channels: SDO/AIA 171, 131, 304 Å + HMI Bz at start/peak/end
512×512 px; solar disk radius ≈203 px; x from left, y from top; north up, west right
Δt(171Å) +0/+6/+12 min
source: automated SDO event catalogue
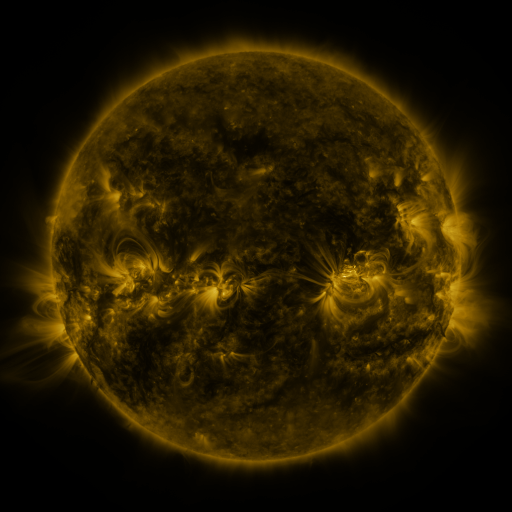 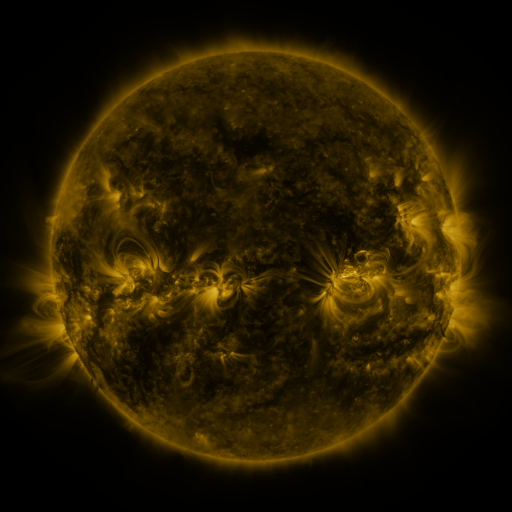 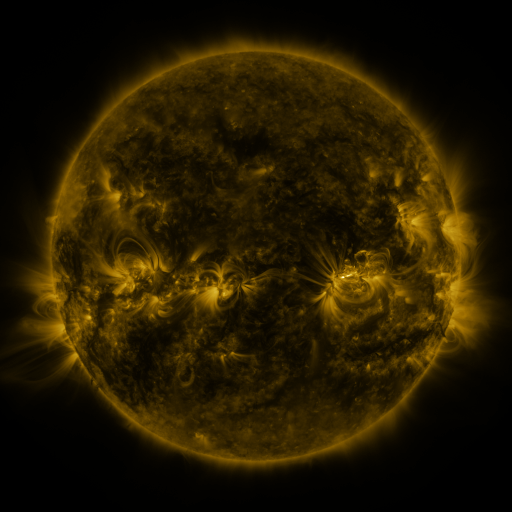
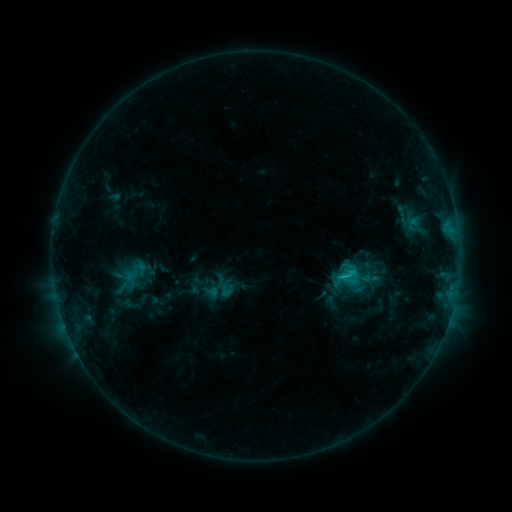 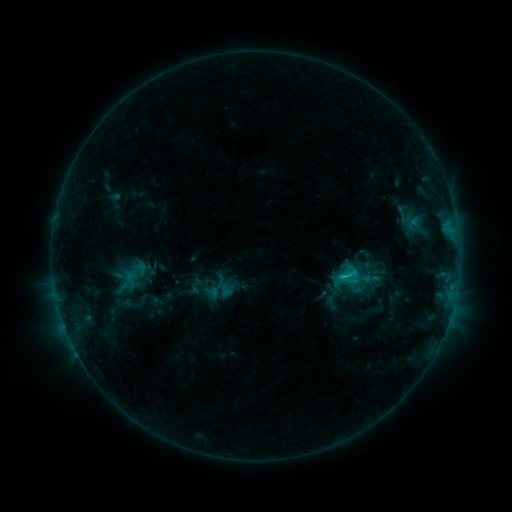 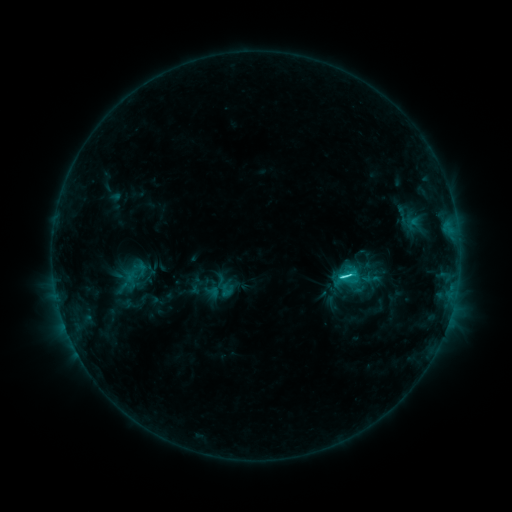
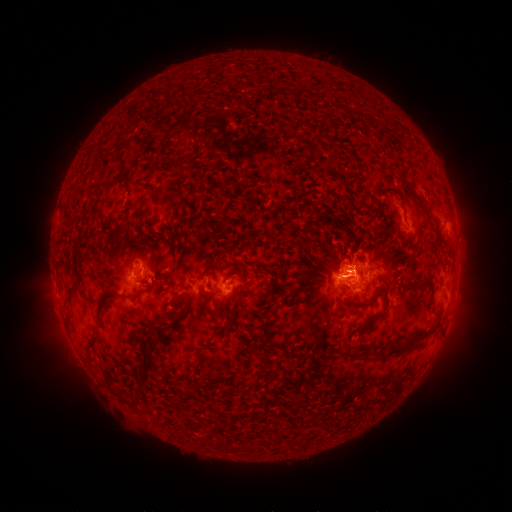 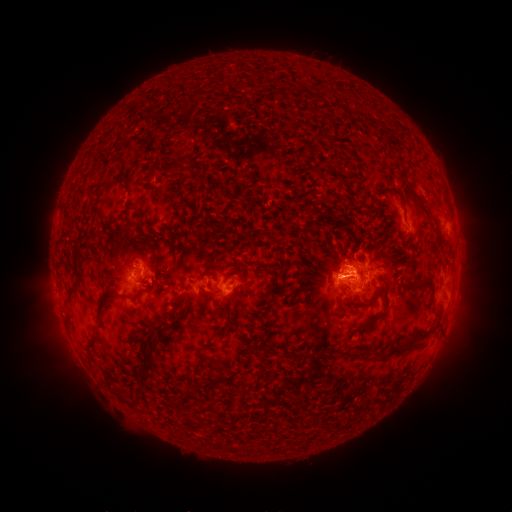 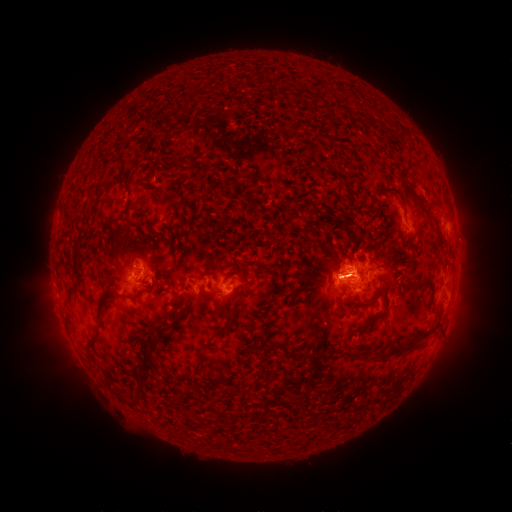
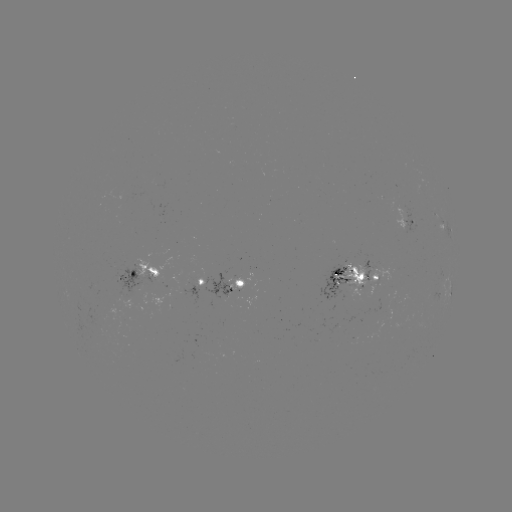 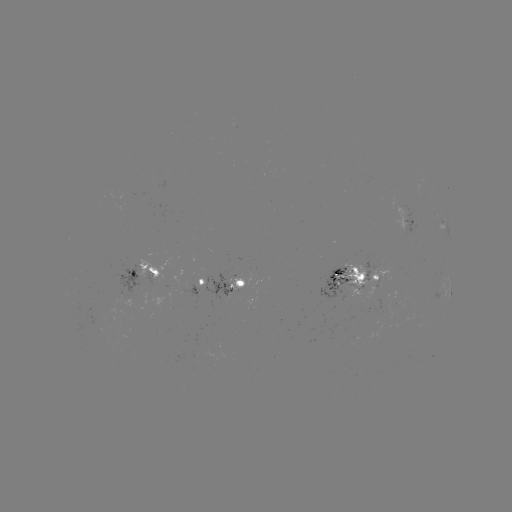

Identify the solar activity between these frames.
C3.3 flare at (340, 276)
